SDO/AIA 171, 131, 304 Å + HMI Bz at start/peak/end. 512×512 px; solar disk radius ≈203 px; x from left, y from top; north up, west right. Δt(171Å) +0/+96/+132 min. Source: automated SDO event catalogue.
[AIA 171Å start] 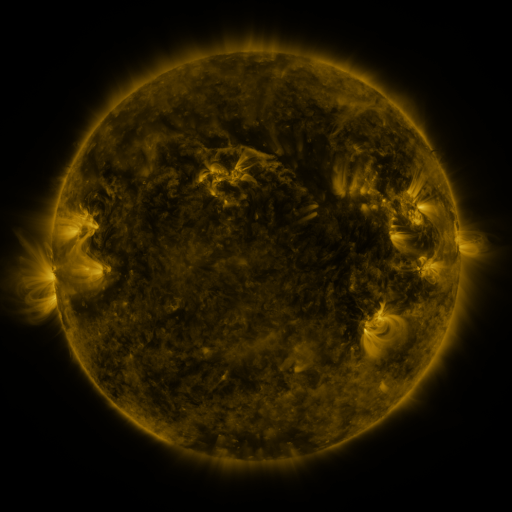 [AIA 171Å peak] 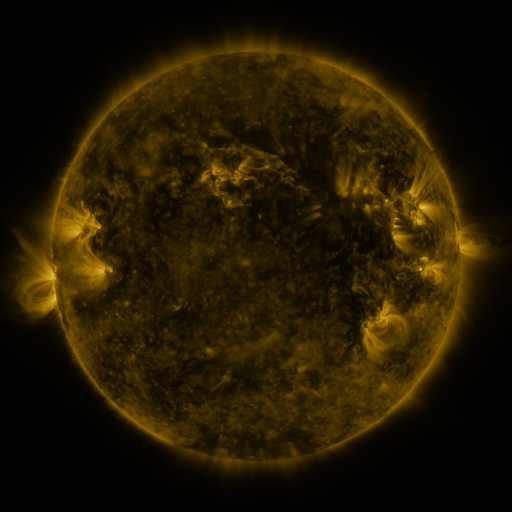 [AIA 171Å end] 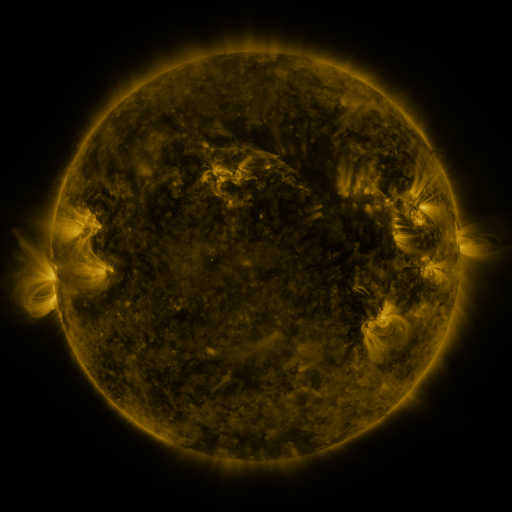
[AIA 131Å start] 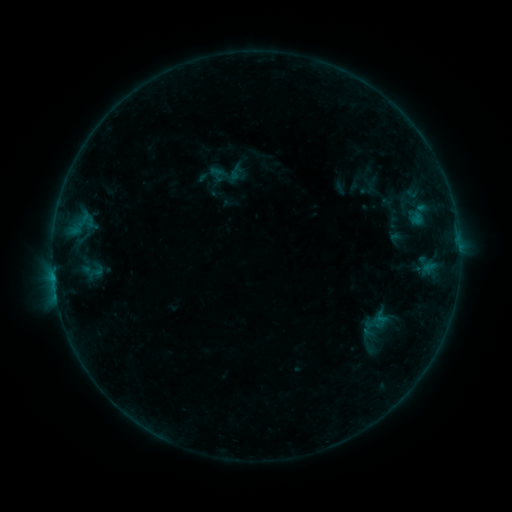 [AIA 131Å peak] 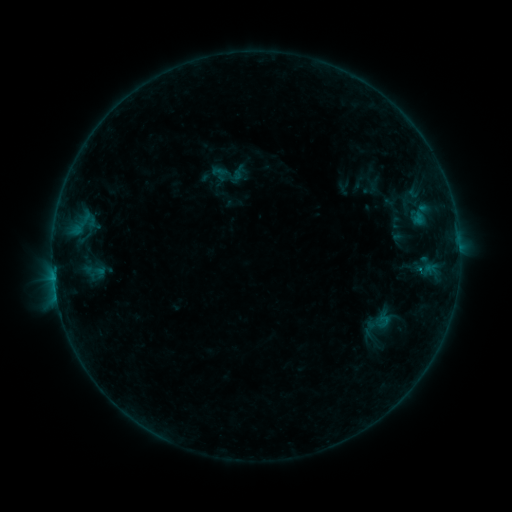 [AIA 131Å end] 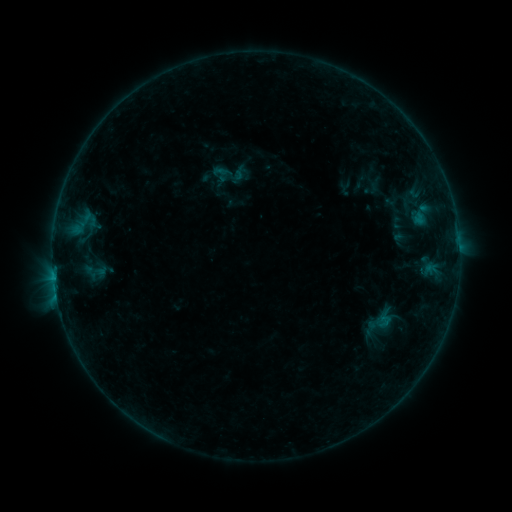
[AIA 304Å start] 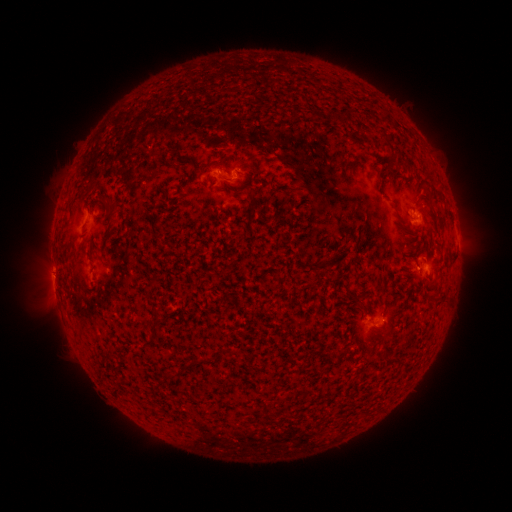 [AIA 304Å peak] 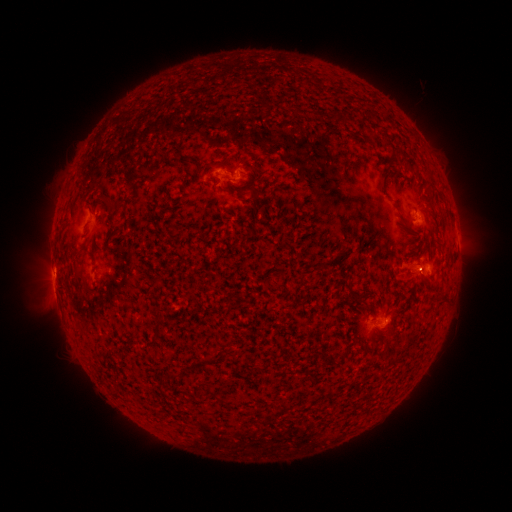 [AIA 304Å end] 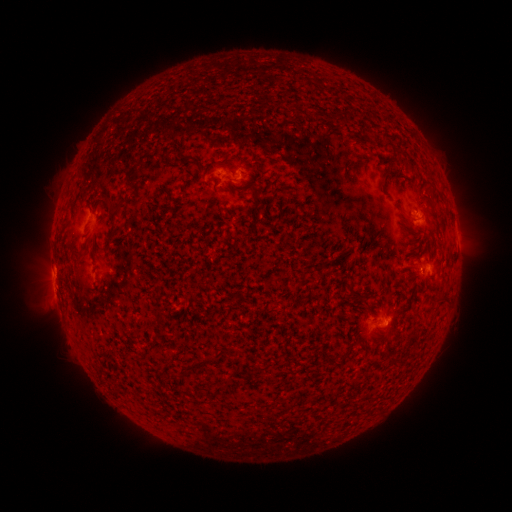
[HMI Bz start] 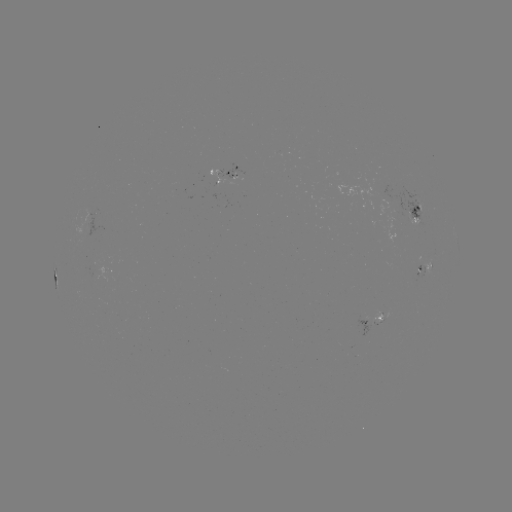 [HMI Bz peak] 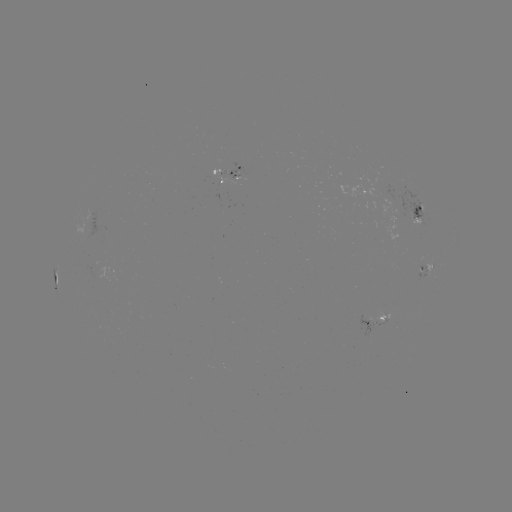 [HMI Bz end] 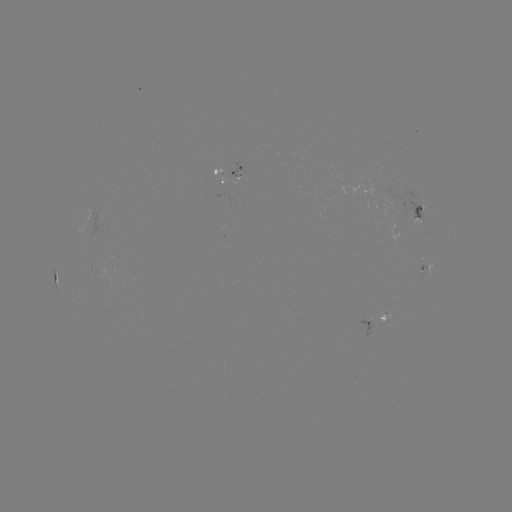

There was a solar emerging-flux region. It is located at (429, 262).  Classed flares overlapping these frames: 2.